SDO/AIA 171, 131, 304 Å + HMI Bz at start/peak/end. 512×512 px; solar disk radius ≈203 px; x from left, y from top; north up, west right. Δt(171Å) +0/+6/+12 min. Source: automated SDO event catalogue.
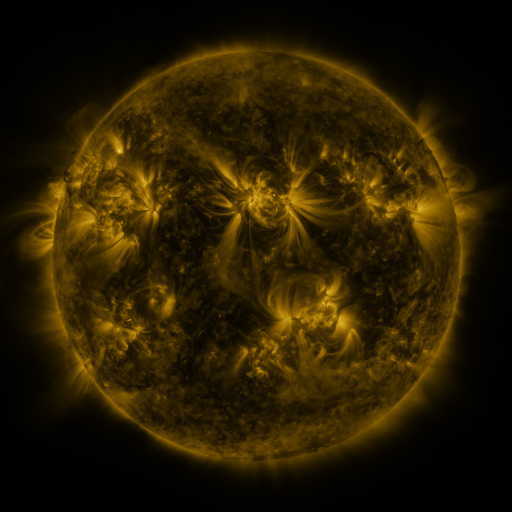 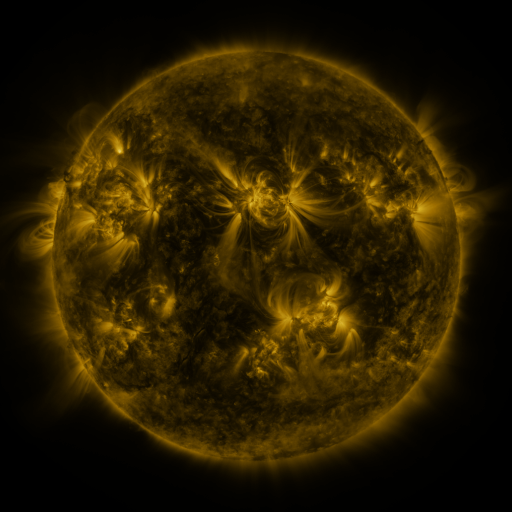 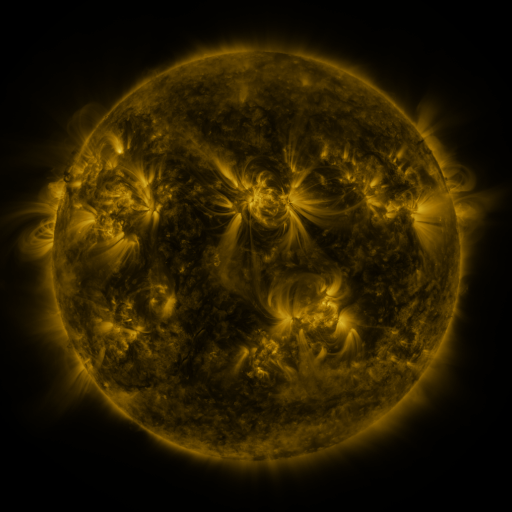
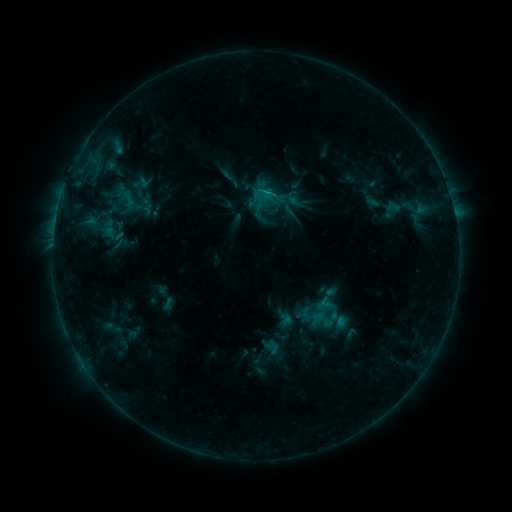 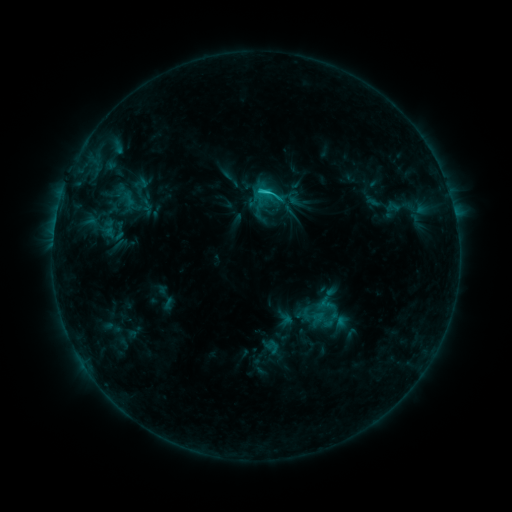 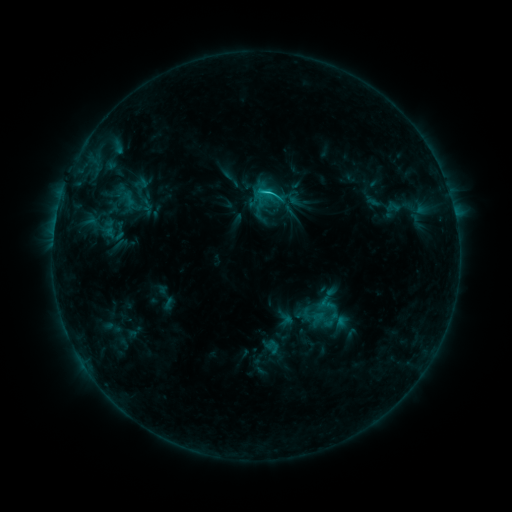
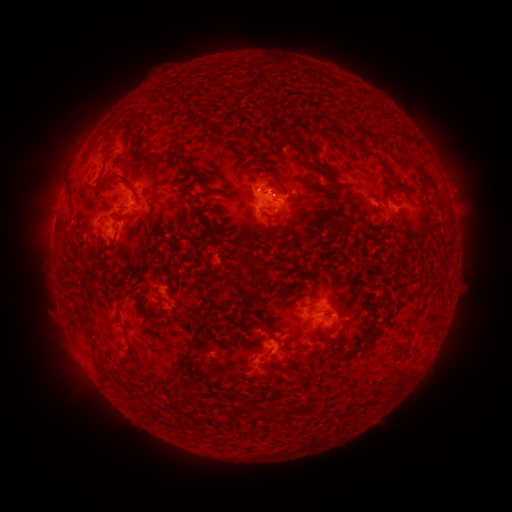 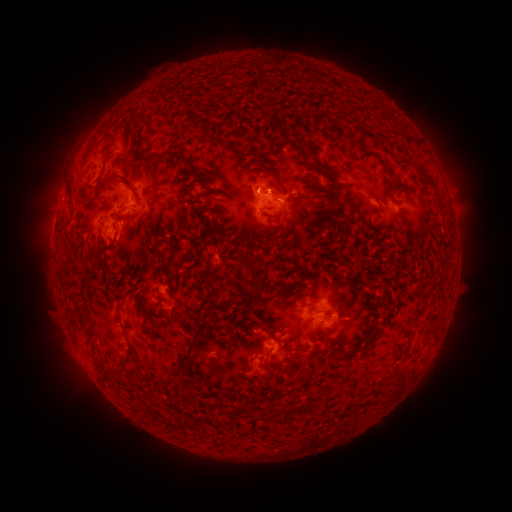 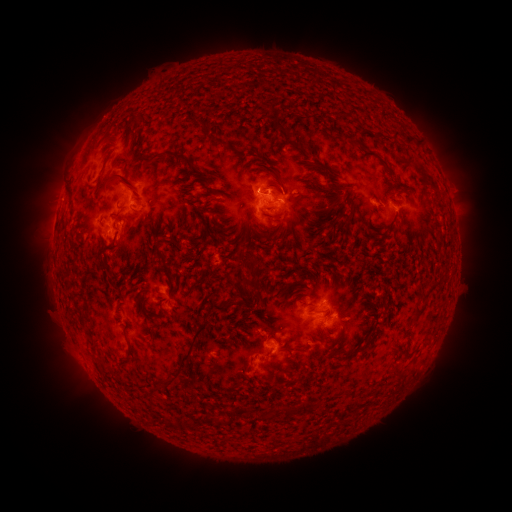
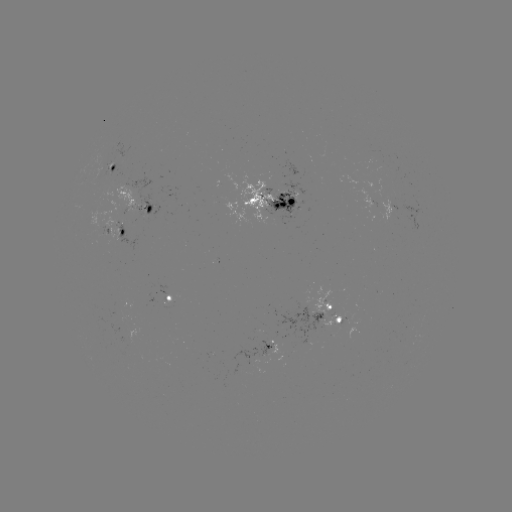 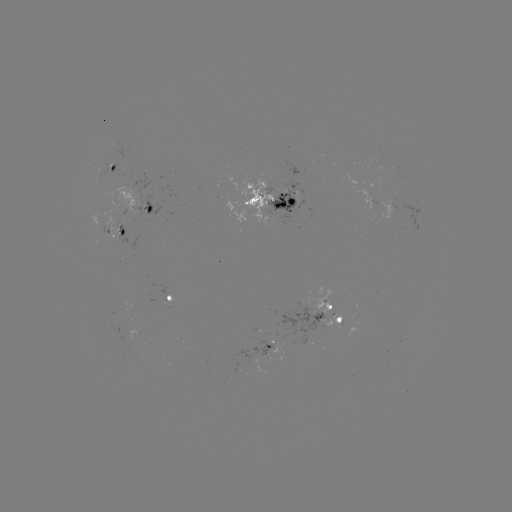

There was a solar flare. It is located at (265, 194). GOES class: C1.8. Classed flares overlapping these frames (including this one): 1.